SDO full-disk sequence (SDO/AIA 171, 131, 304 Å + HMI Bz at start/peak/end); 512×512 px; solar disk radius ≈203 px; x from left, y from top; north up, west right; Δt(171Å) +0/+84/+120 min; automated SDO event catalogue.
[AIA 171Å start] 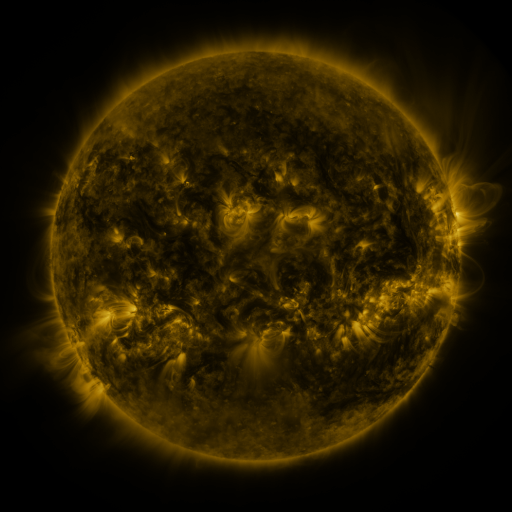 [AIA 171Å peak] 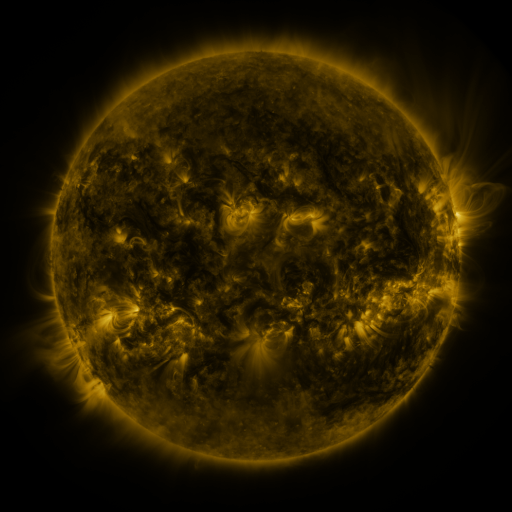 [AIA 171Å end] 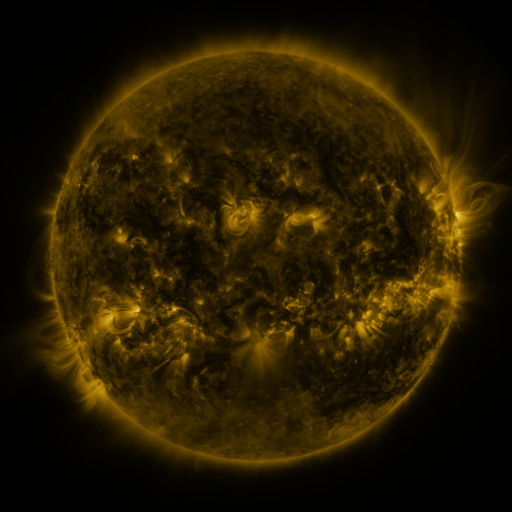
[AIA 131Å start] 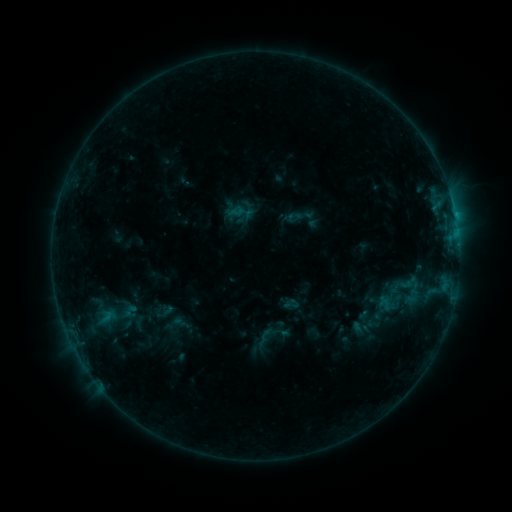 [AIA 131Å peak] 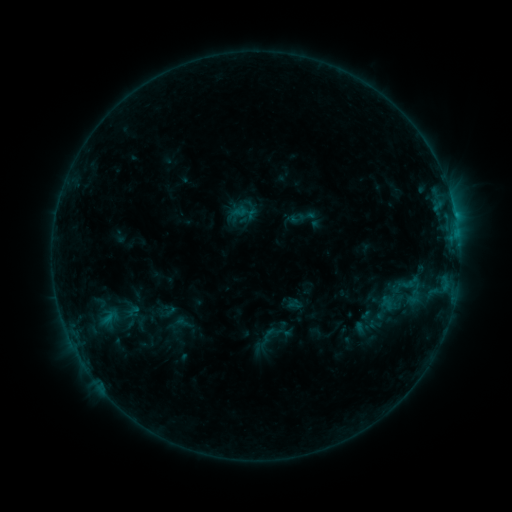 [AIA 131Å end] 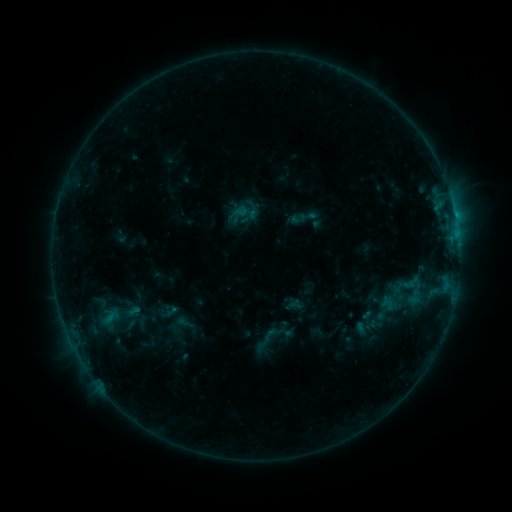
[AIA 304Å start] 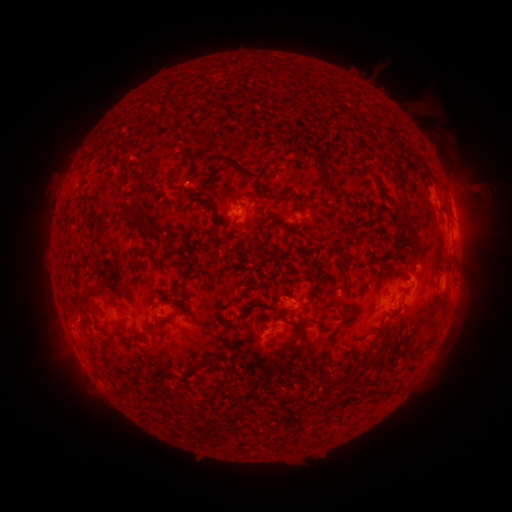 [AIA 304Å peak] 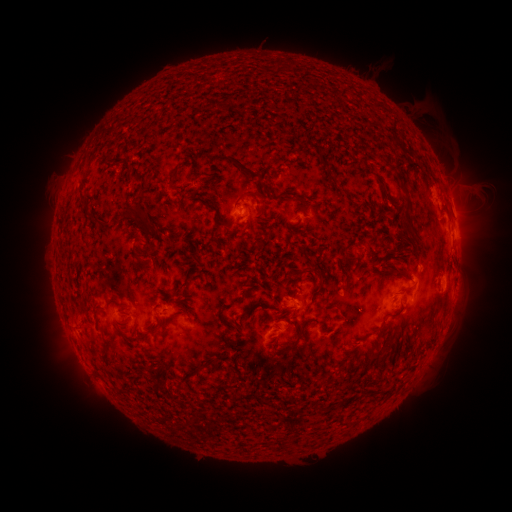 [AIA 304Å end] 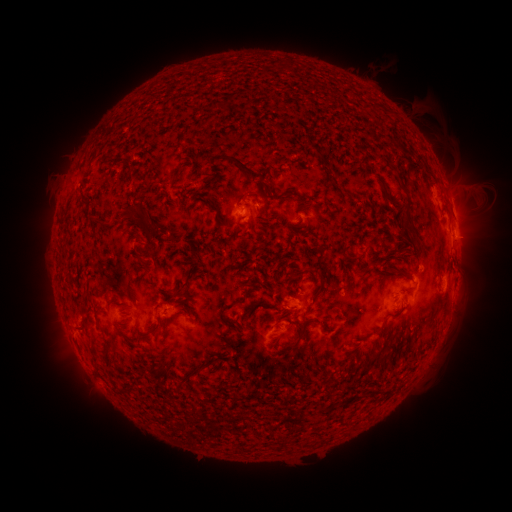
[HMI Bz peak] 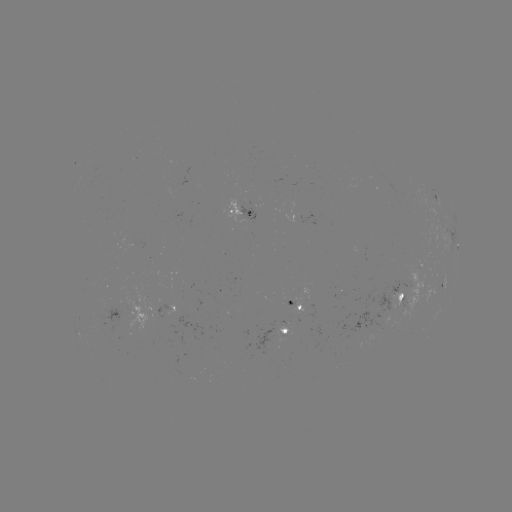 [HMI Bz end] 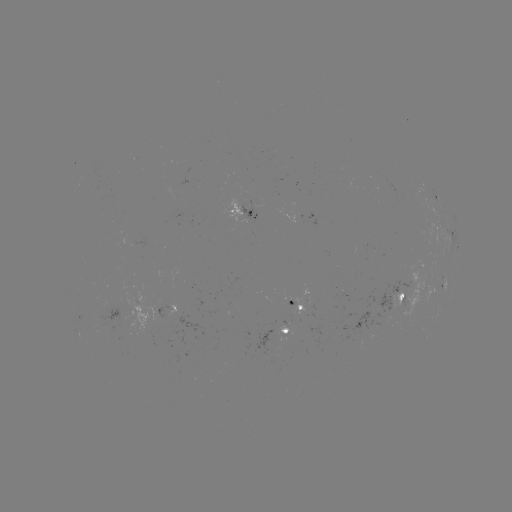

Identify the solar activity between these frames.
emerging-flux region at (273, 335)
